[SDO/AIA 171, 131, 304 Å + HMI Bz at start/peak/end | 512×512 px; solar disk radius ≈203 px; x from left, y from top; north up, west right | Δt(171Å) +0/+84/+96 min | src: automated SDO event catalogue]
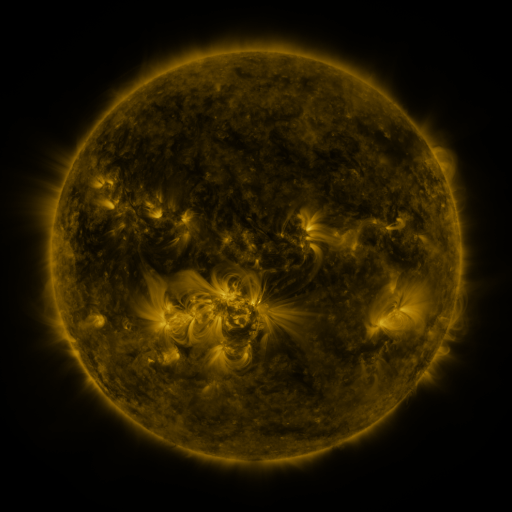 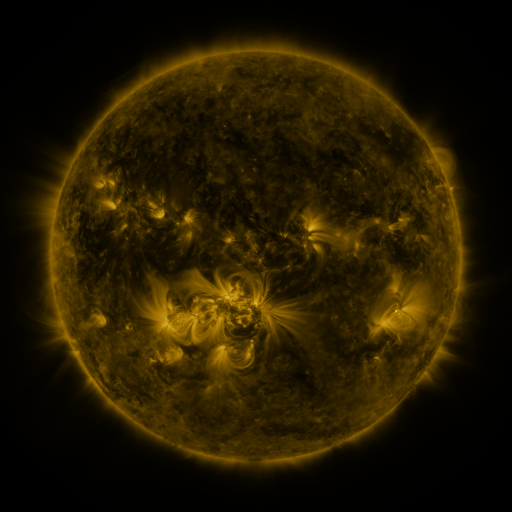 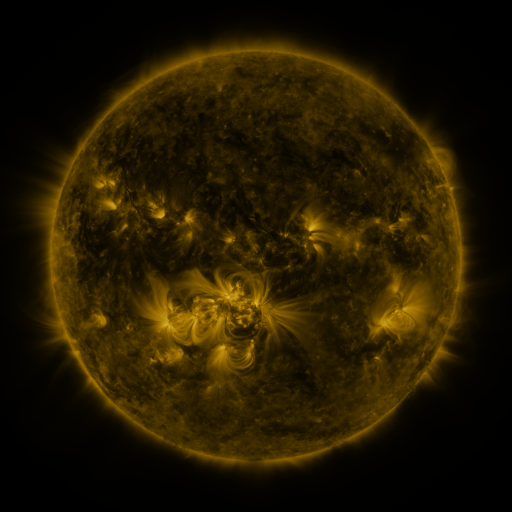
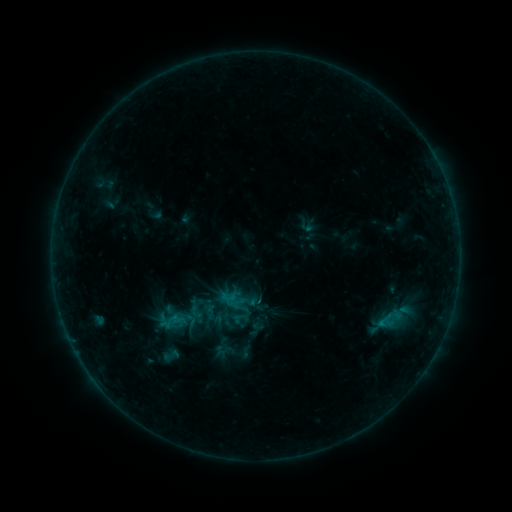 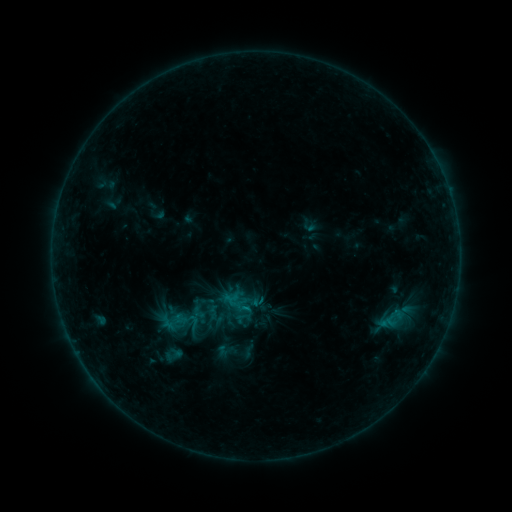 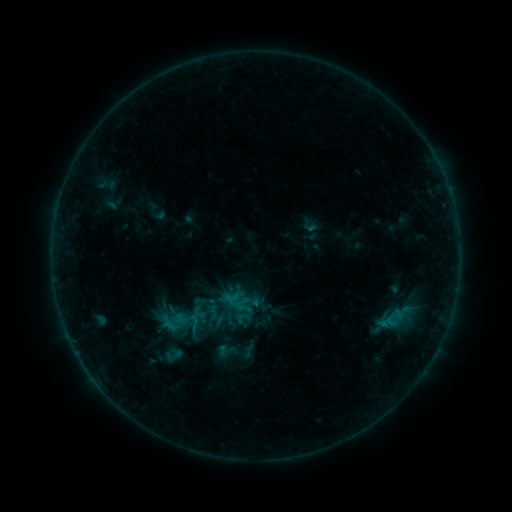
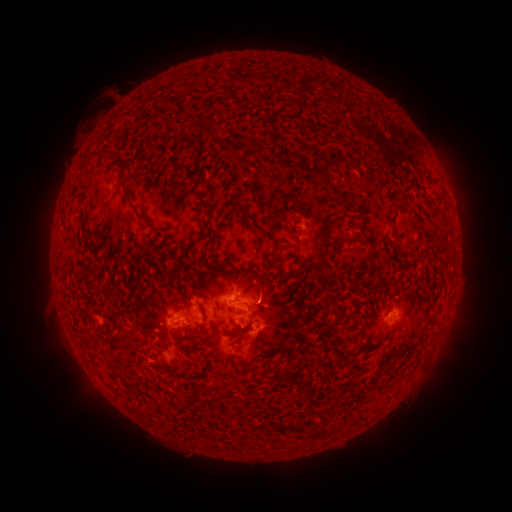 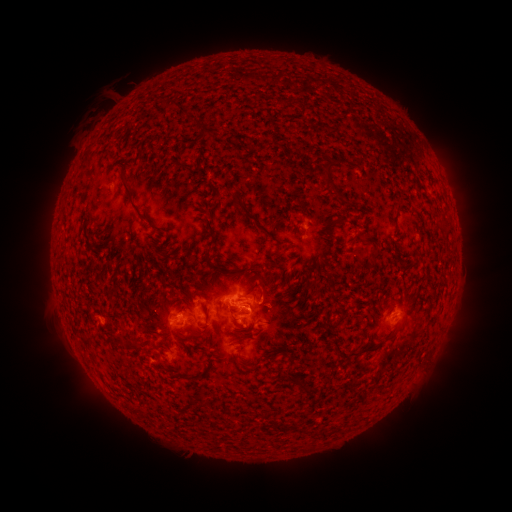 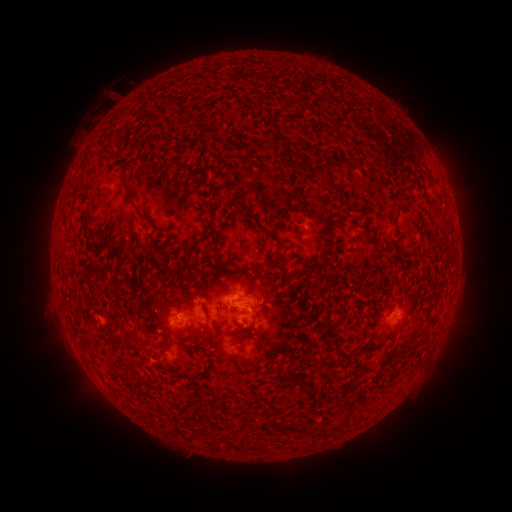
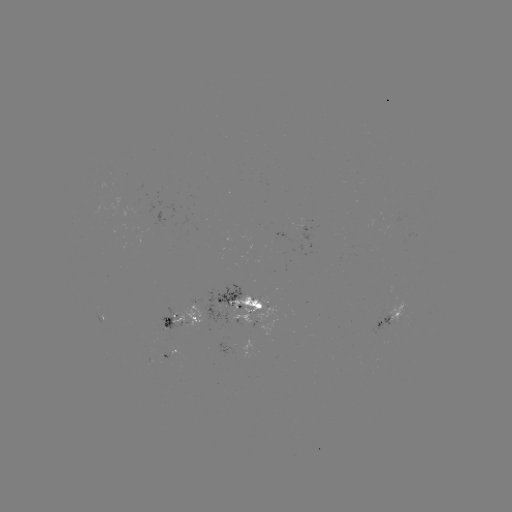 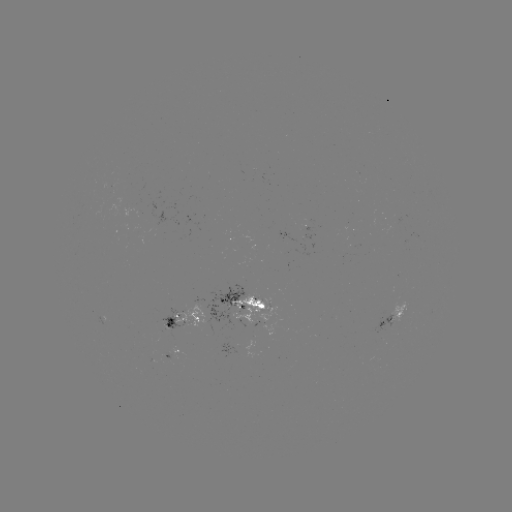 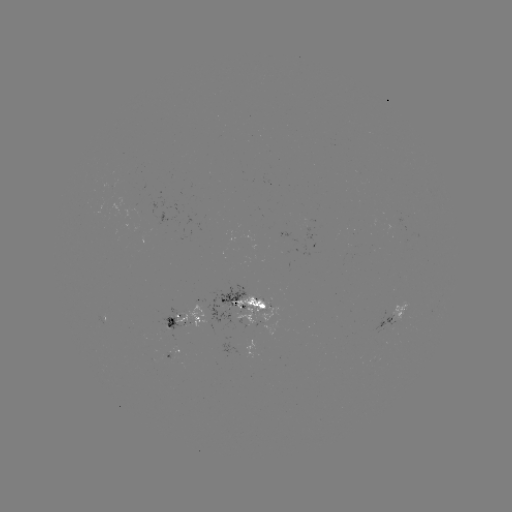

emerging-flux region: <bbox>230, 294, 278, 324</bbox>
